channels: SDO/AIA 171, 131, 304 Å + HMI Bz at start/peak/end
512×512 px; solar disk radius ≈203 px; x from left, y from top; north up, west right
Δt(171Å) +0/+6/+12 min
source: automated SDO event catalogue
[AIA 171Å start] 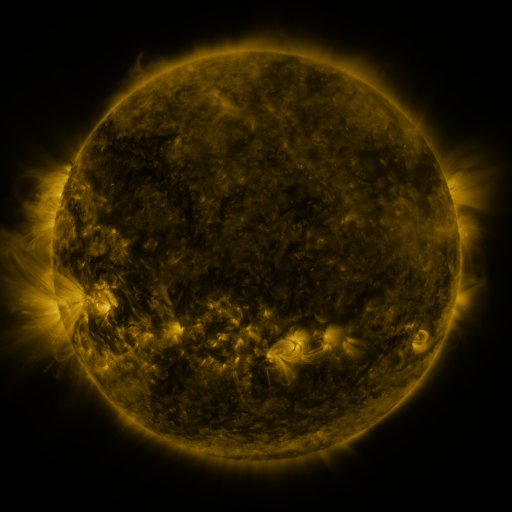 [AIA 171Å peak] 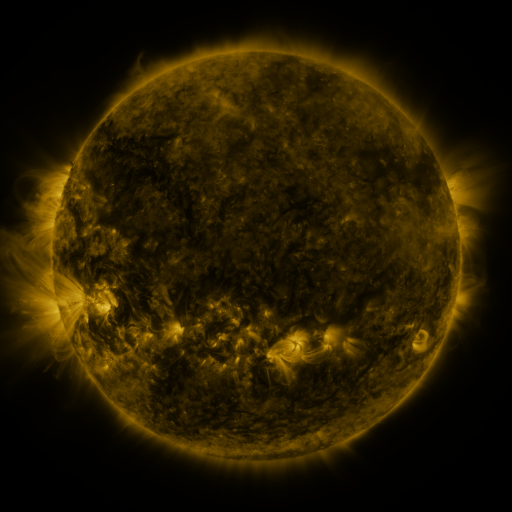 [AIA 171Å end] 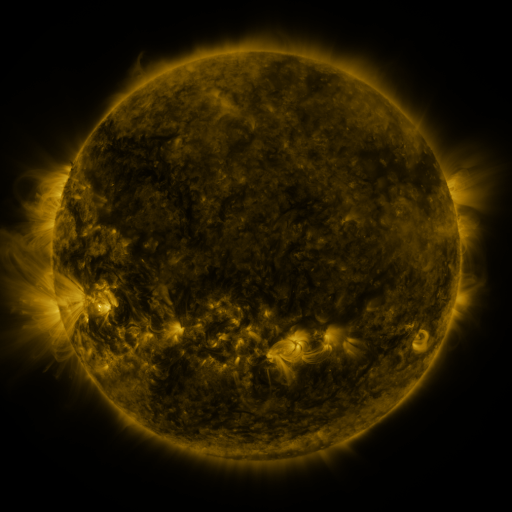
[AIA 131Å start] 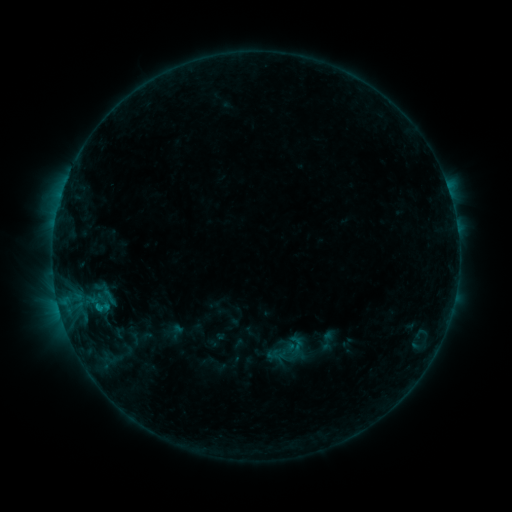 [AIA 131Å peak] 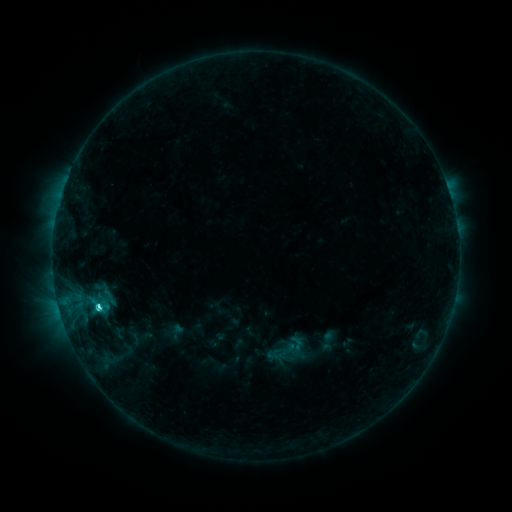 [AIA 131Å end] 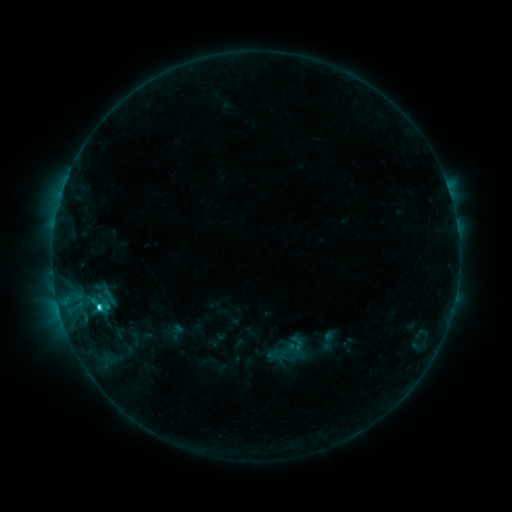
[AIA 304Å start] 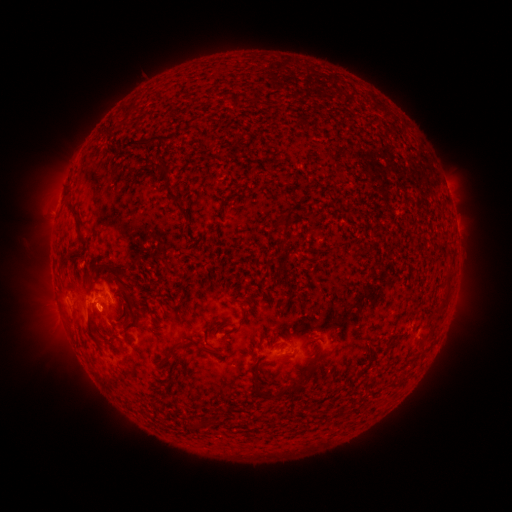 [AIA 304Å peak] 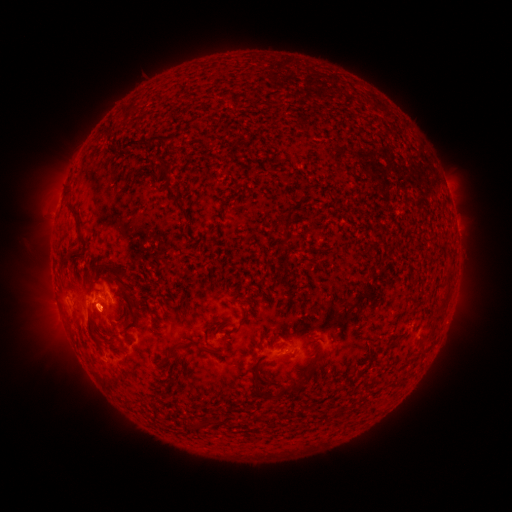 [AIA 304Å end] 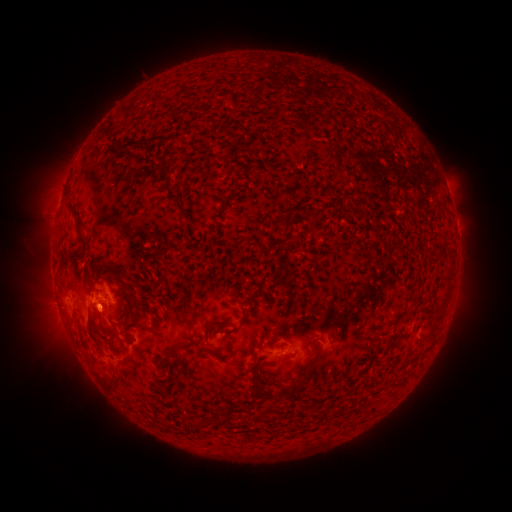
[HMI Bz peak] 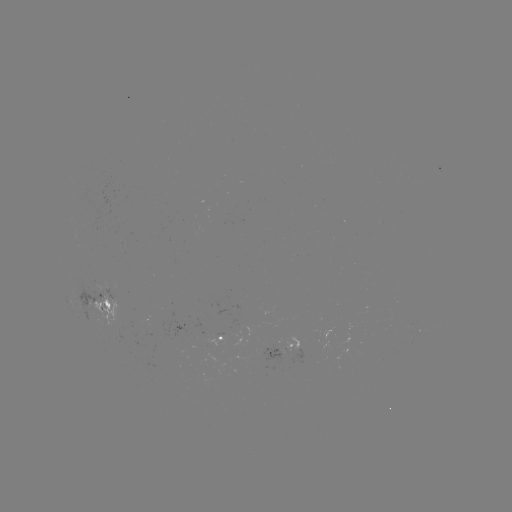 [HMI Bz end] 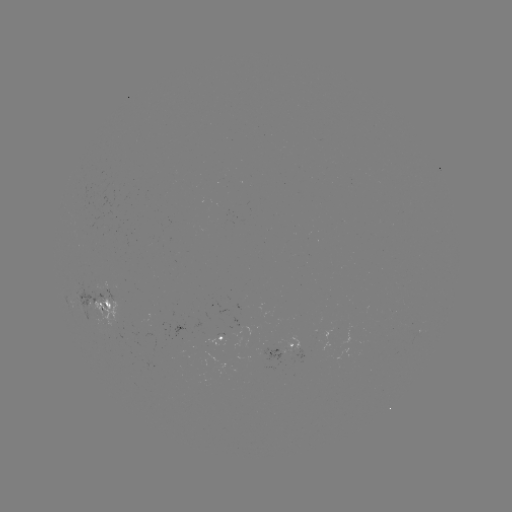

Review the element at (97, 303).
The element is C3.1 flare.